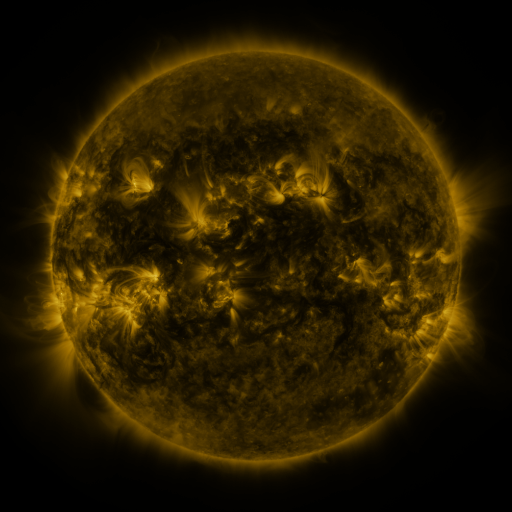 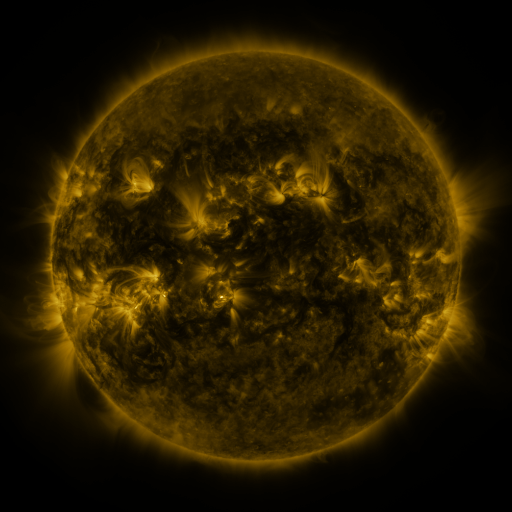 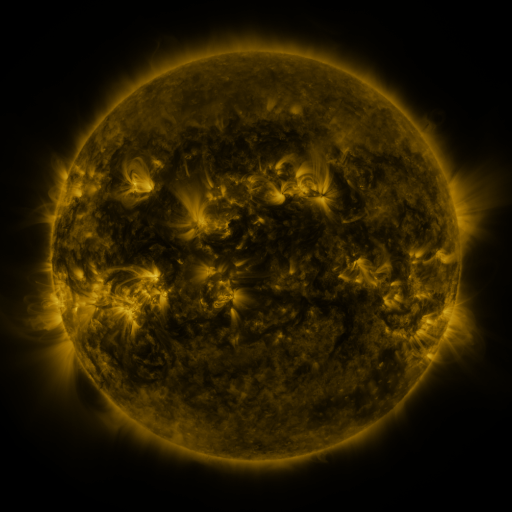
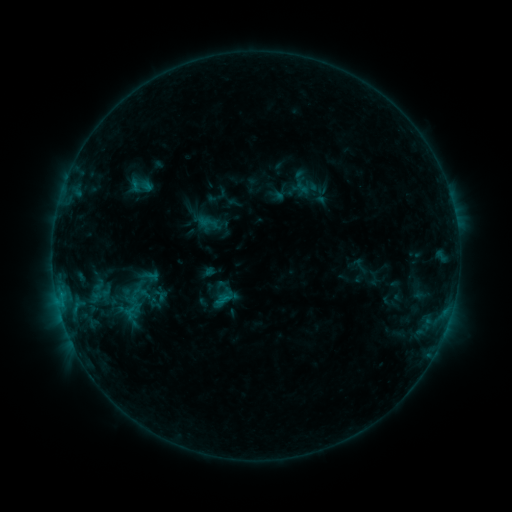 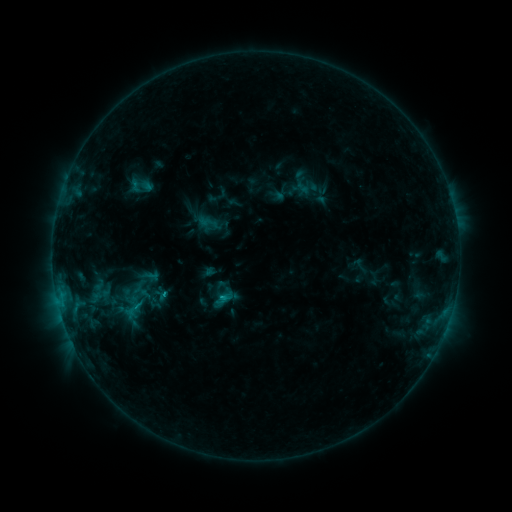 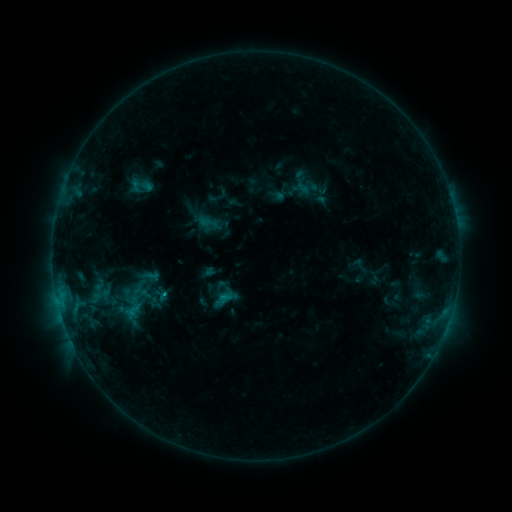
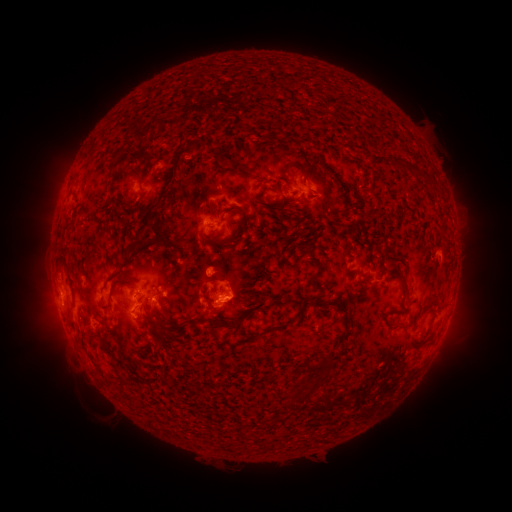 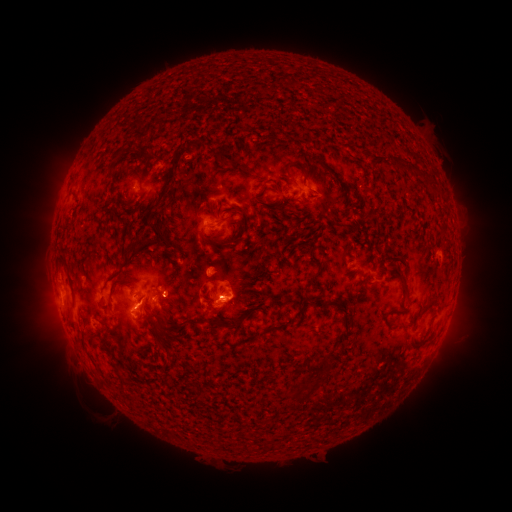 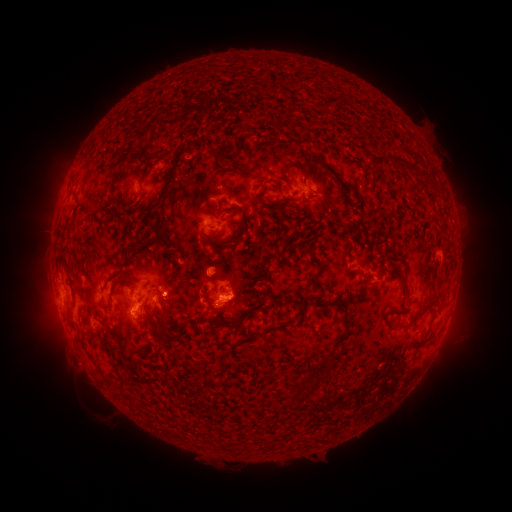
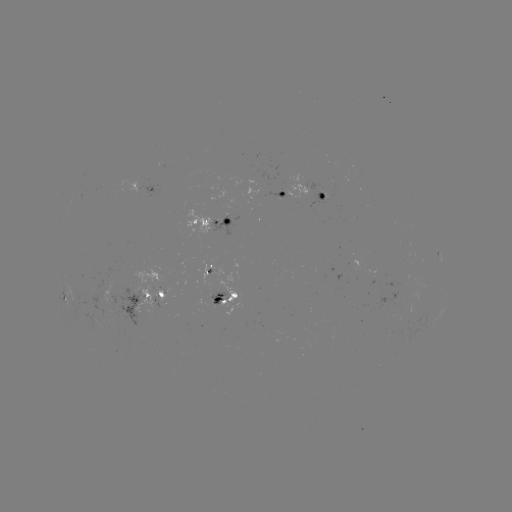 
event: flare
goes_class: C1.2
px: (225, 296)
